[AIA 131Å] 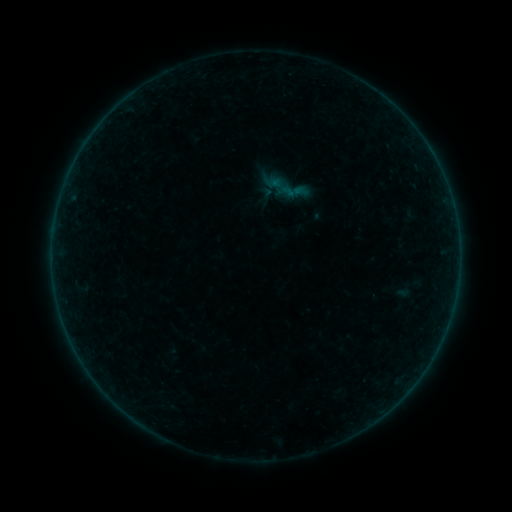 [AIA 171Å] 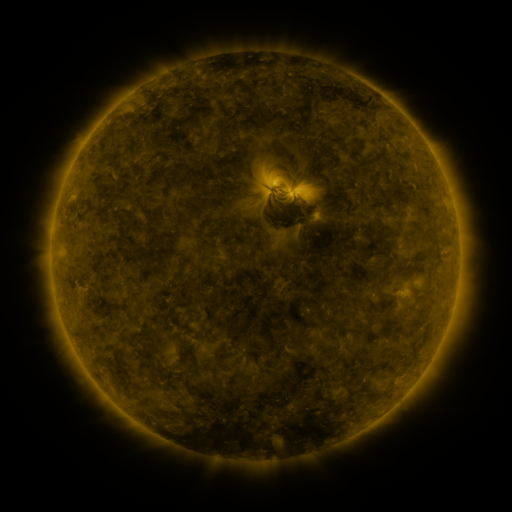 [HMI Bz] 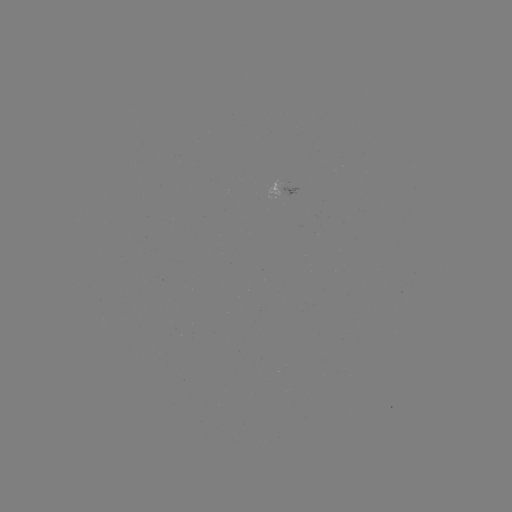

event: sigmoid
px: (266, 193)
